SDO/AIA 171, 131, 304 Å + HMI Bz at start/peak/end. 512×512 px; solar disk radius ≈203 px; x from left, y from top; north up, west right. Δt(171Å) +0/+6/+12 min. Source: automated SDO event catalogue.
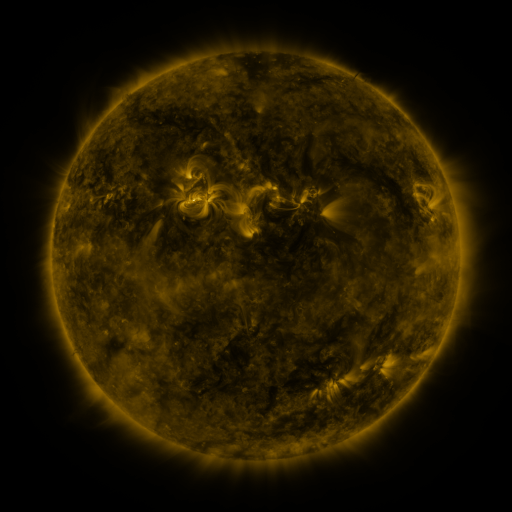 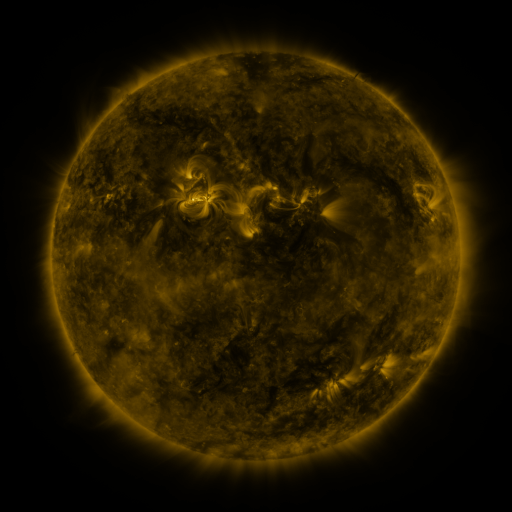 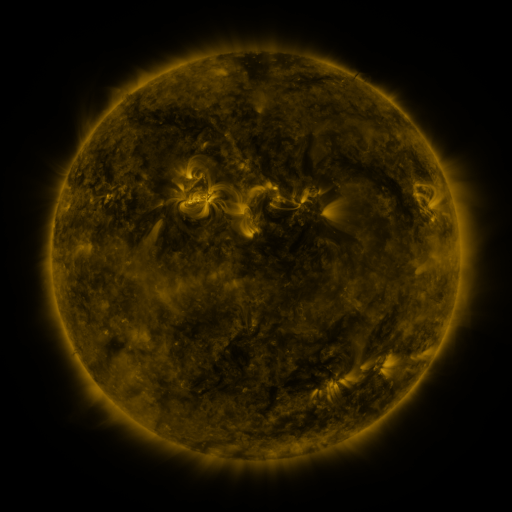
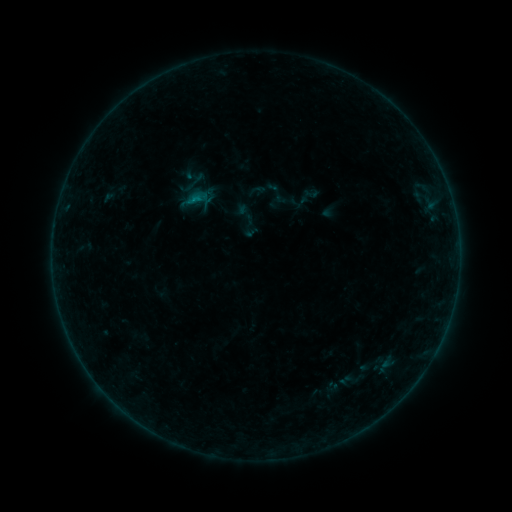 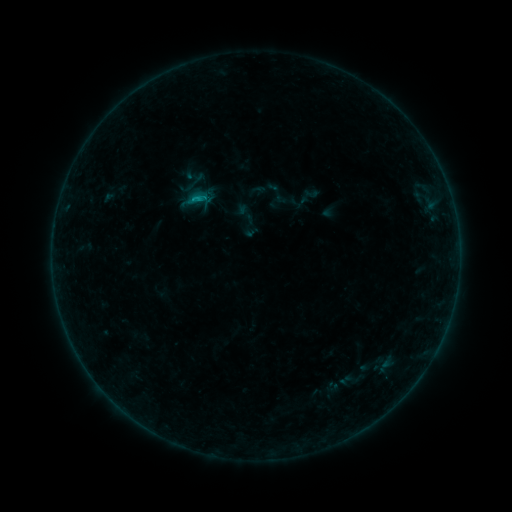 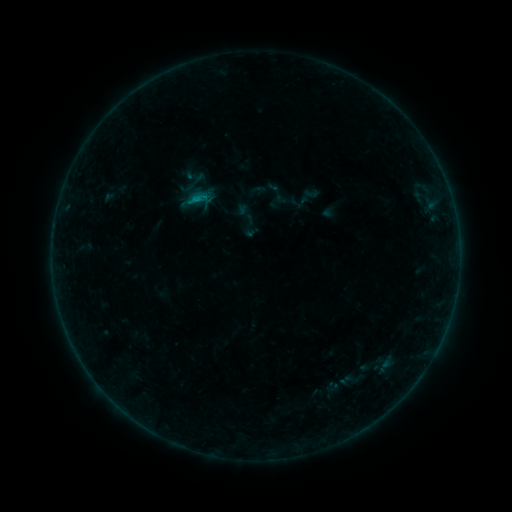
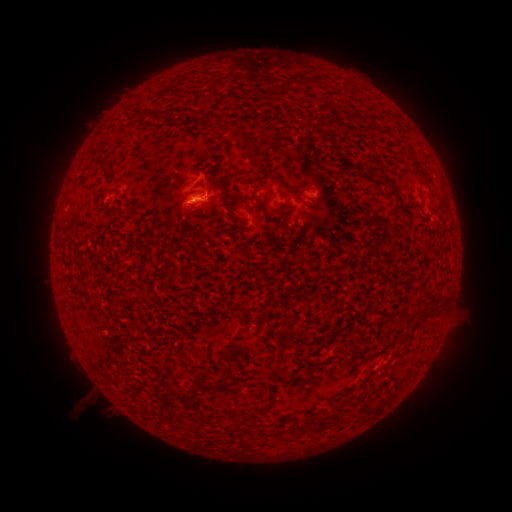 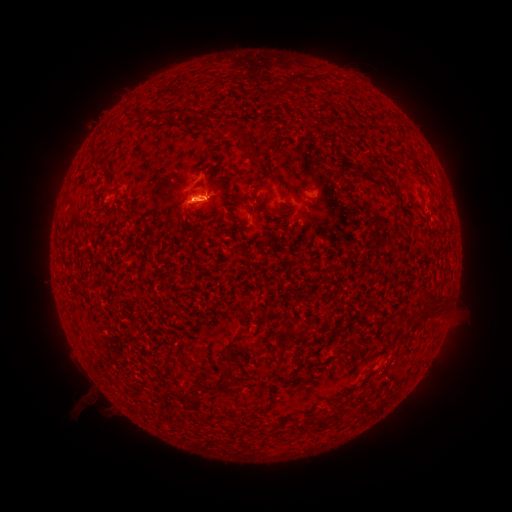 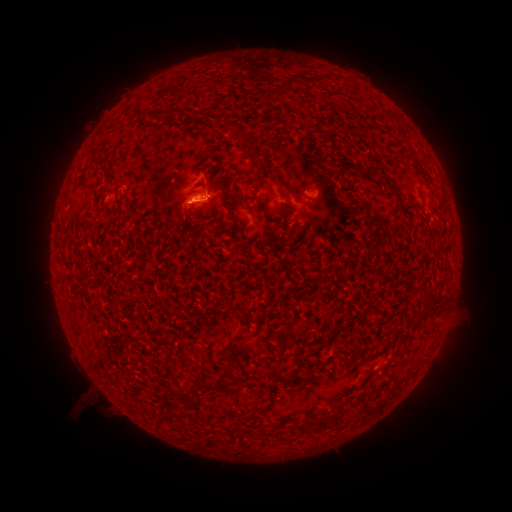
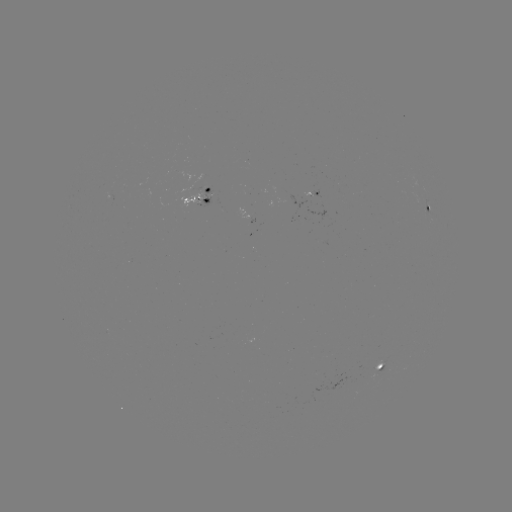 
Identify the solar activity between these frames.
B3.3 flare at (206, 199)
